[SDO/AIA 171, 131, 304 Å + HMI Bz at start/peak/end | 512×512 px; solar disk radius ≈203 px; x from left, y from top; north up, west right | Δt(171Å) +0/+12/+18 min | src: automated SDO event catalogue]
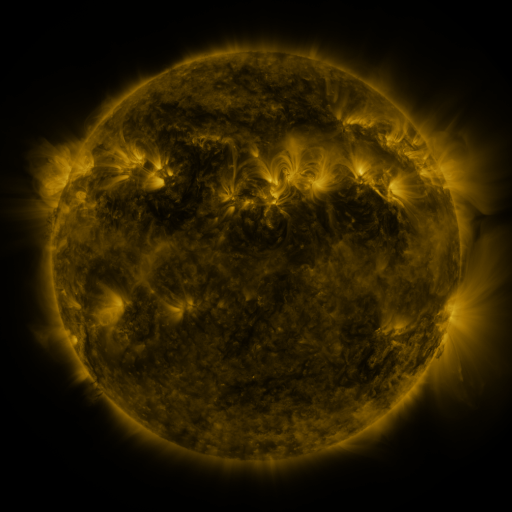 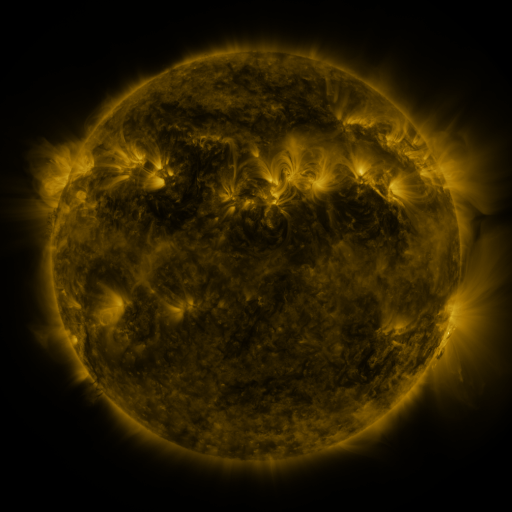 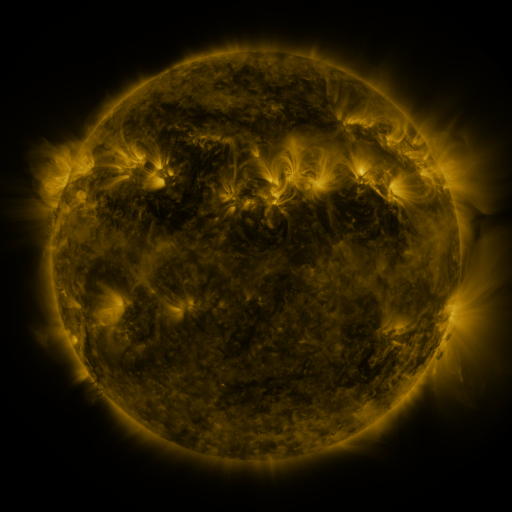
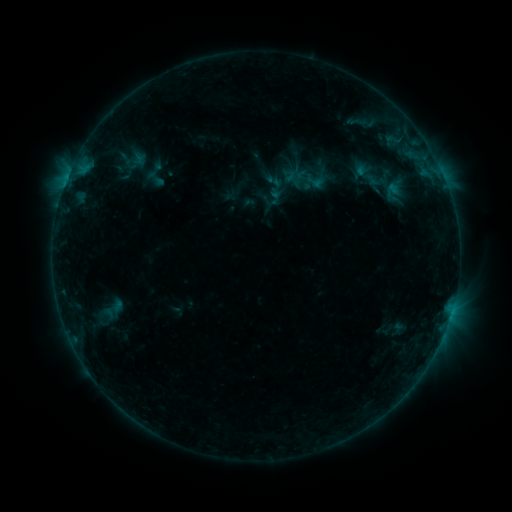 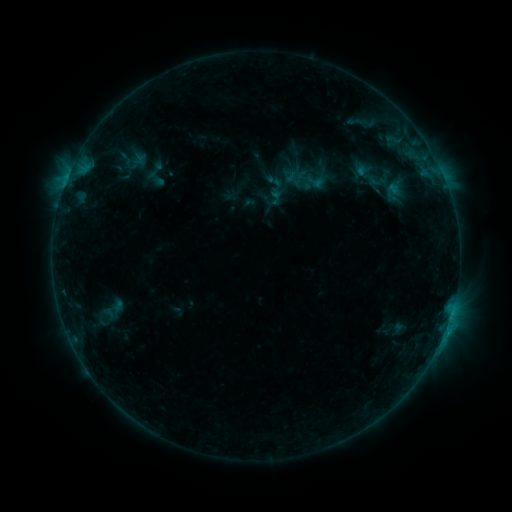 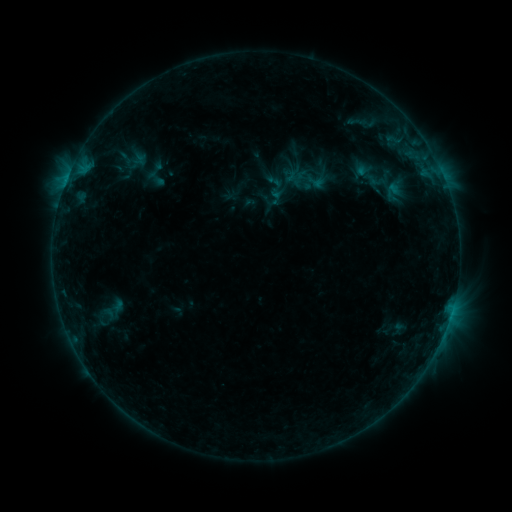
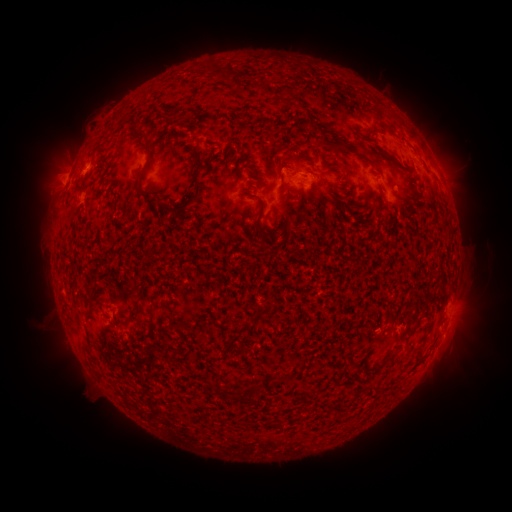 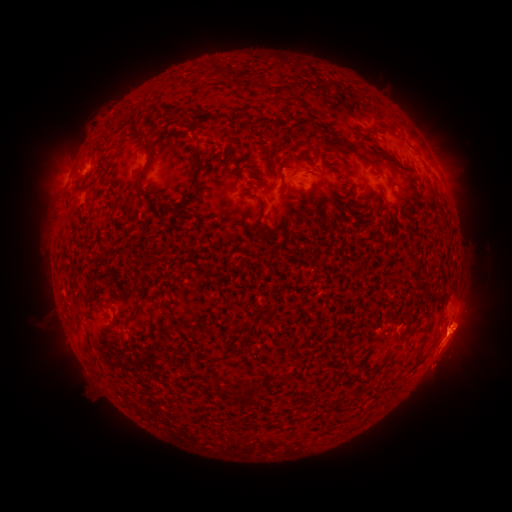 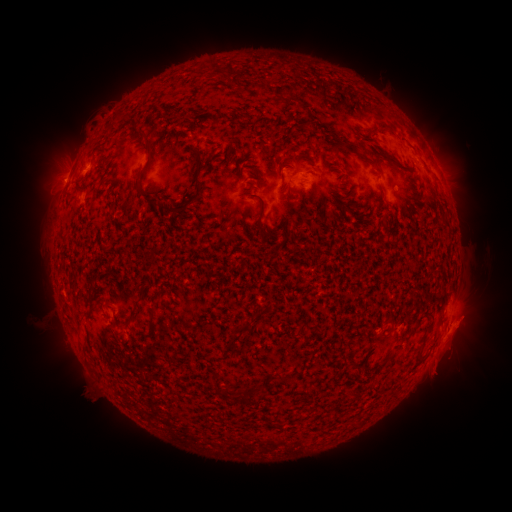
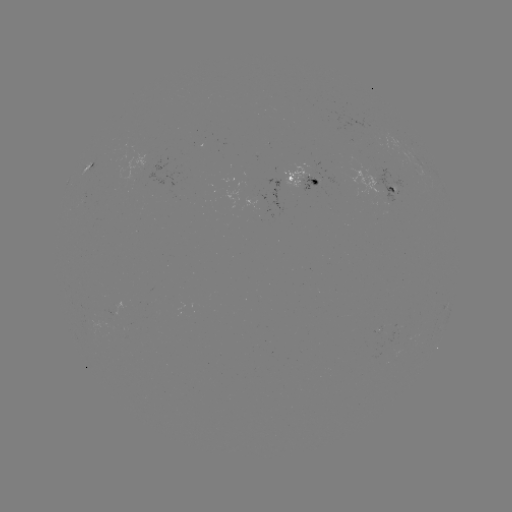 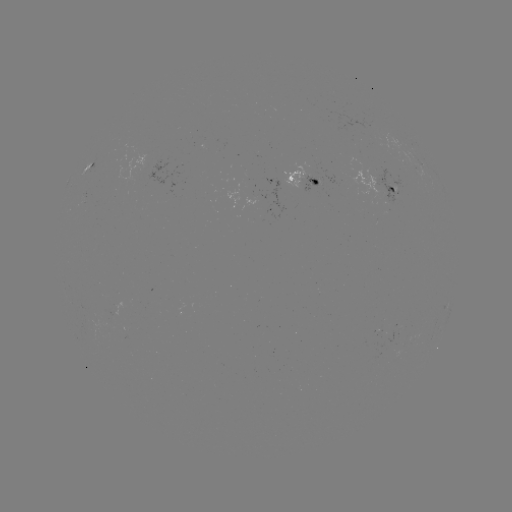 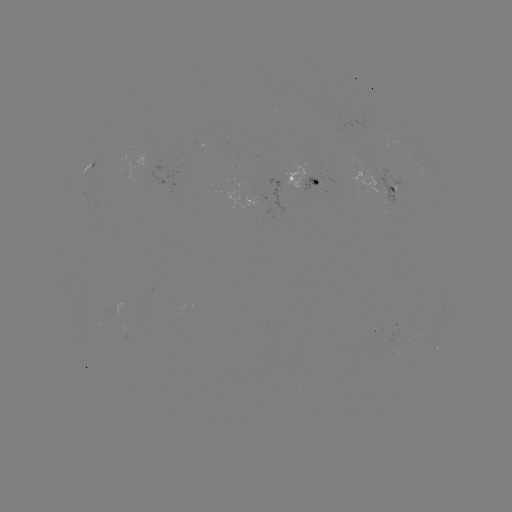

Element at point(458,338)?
eruption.